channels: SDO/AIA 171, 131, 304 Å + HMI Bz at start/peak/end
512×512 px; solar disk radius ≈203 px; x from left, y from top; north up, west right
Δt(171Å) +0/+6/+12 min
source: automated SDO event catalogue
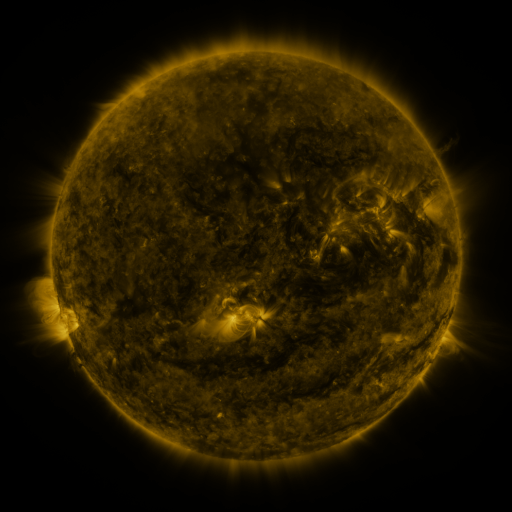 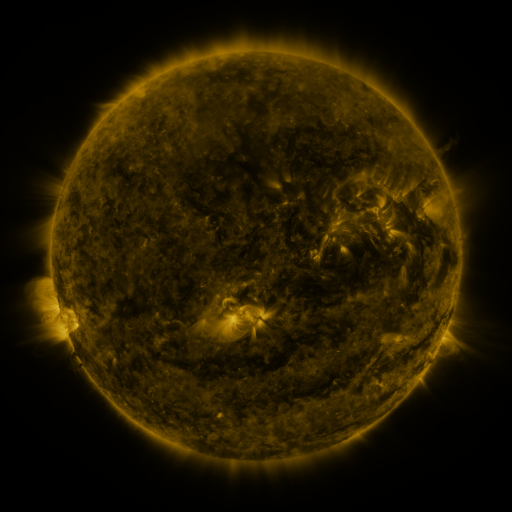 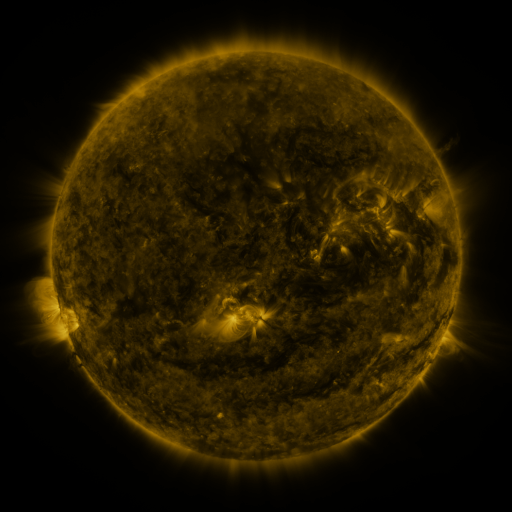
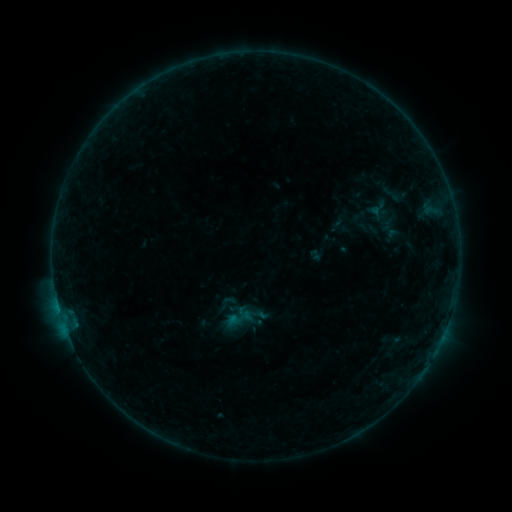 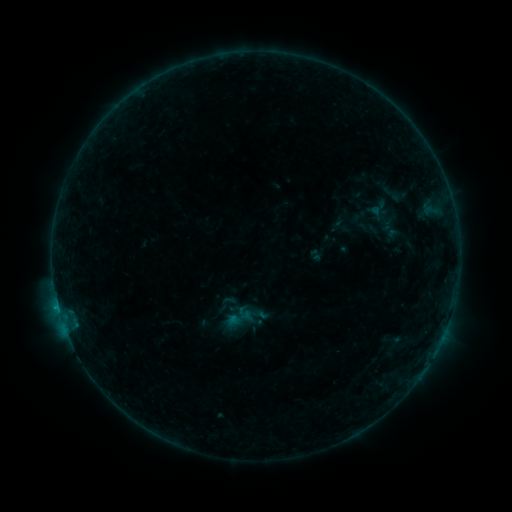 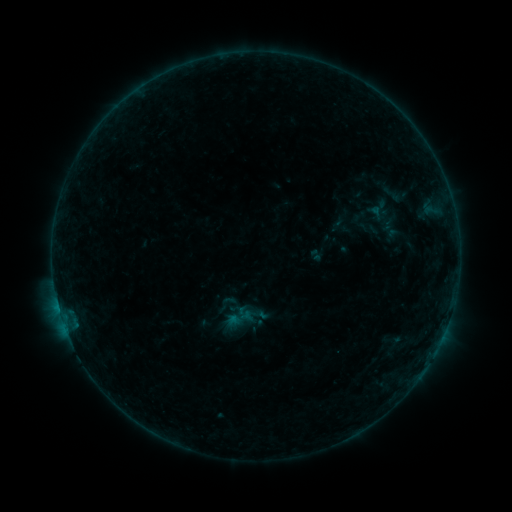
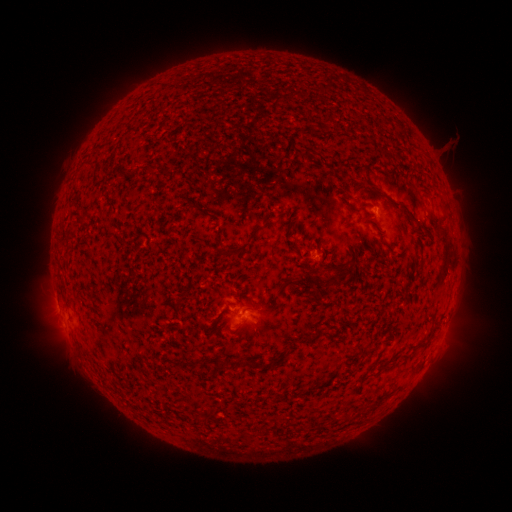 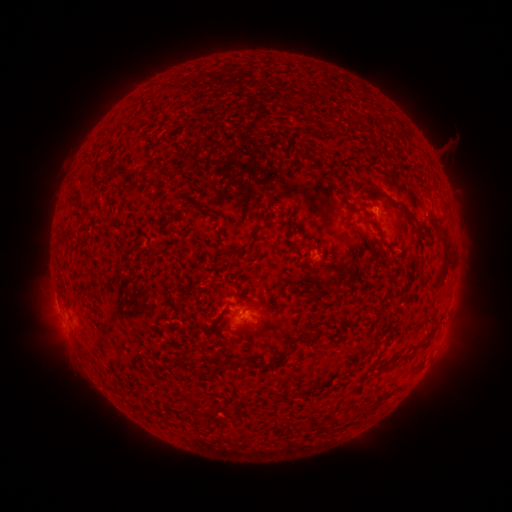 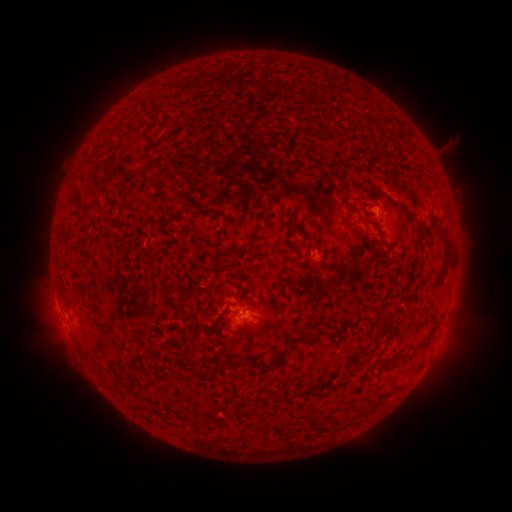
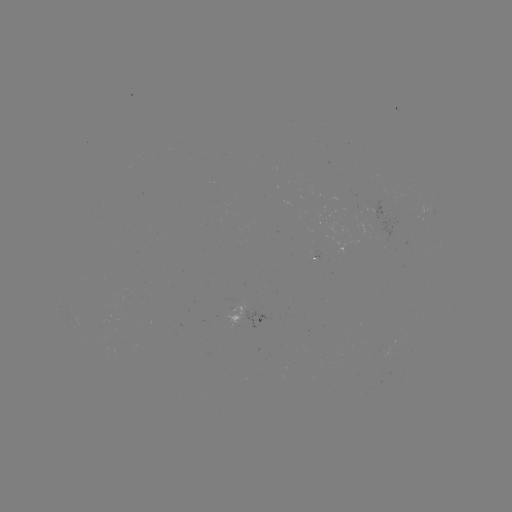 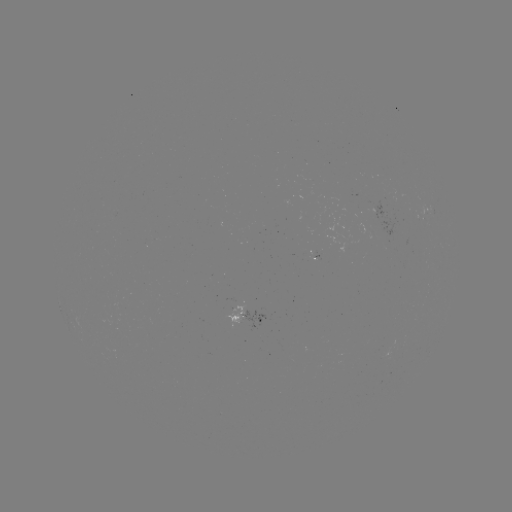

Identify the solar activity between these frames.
B2.1 flare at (245, 314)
